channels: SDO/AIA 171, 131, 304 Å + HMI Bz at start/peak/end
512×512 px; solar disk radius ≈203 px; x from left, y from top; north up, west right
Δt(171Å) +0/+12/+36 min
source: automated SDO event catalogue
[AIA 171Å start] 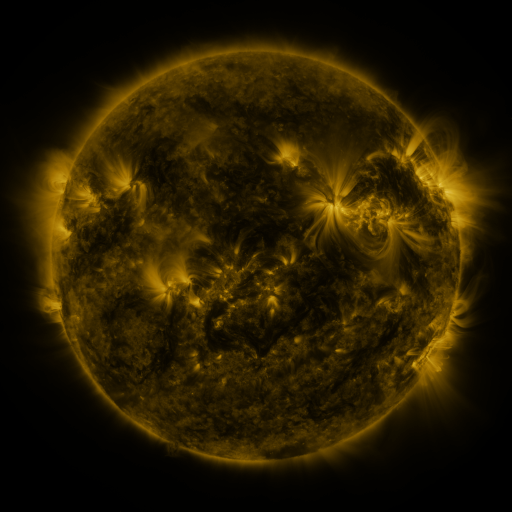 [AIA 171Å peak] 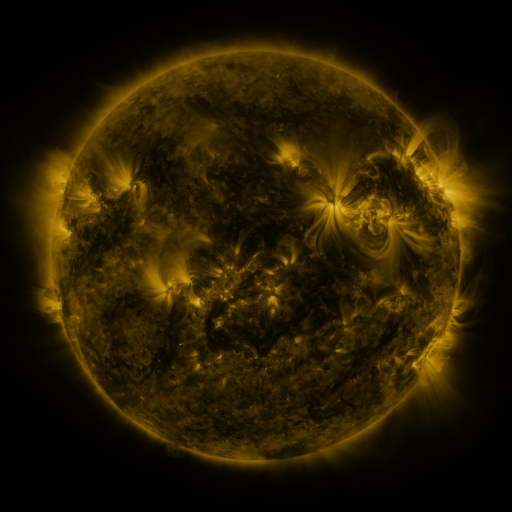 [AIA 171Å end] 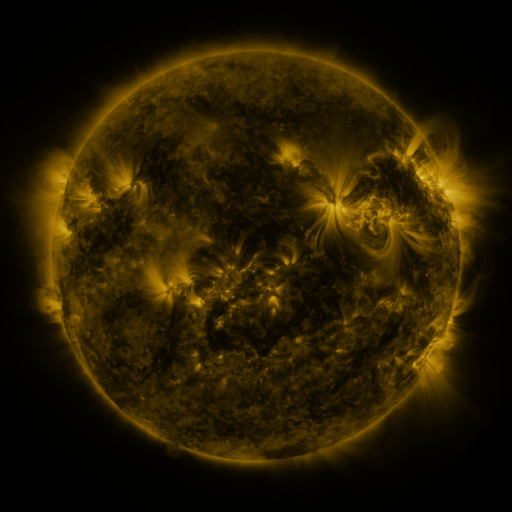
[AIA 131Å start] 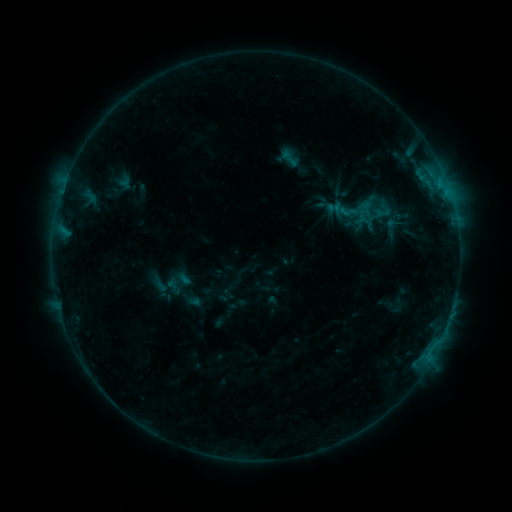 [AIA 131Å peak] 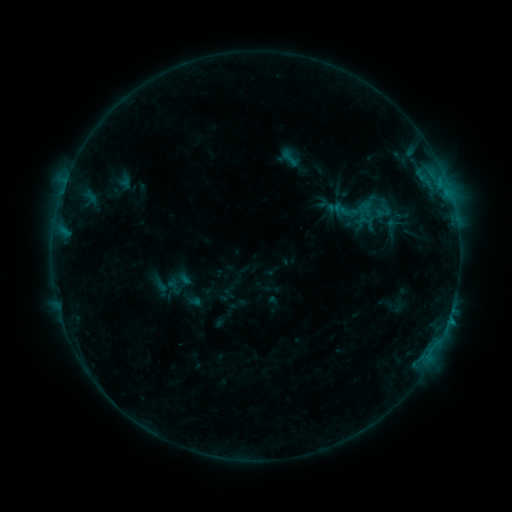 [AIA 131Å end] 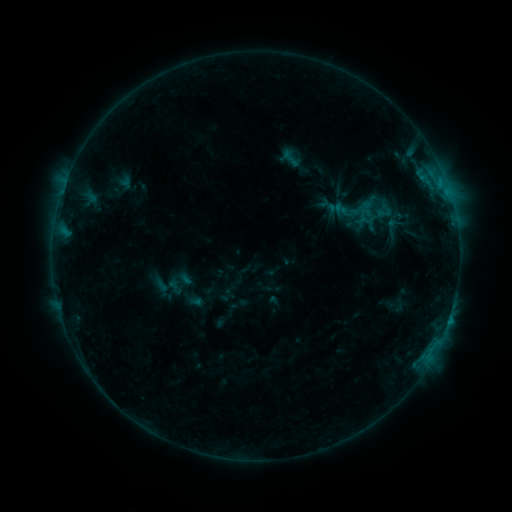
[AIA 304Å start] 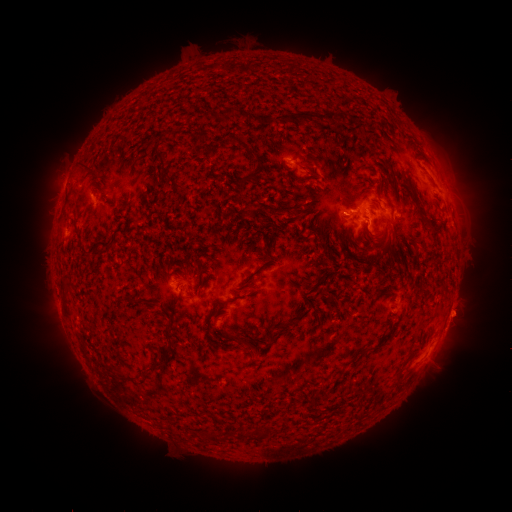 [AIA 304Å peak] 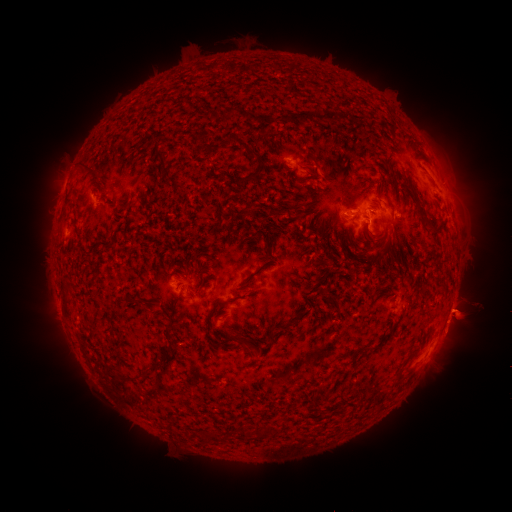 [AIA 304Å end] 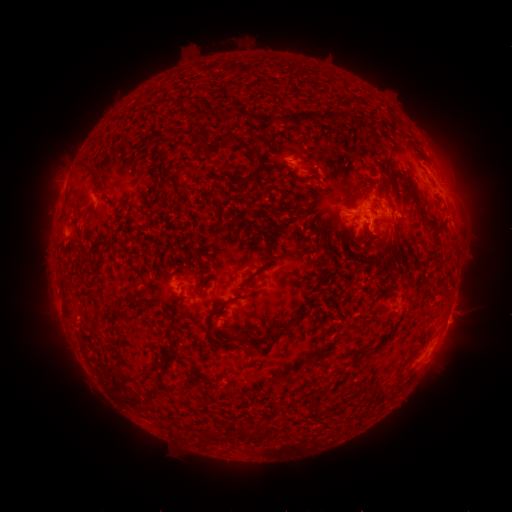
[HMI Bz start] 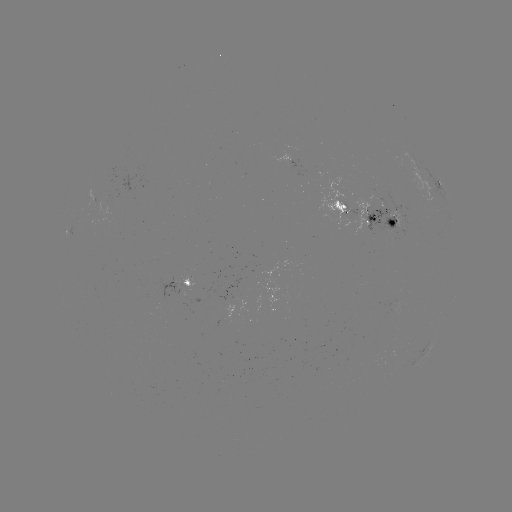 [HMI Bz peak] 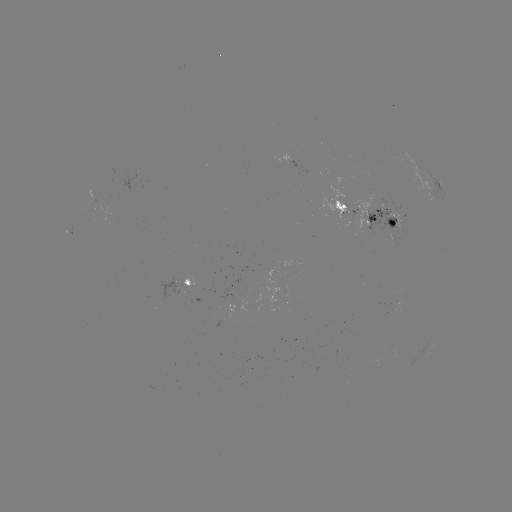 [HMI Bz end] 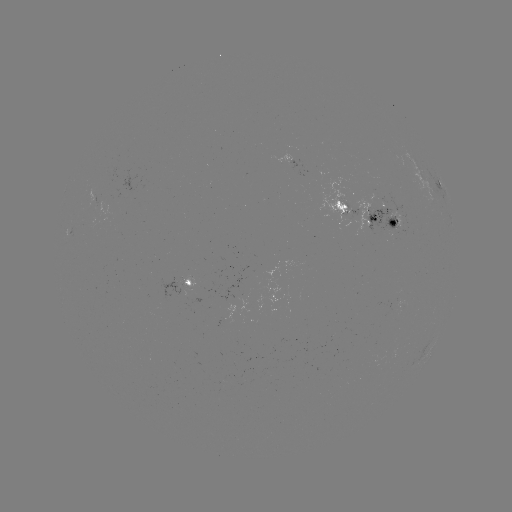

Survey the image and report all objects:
B5.8 flare: (449, 318)
